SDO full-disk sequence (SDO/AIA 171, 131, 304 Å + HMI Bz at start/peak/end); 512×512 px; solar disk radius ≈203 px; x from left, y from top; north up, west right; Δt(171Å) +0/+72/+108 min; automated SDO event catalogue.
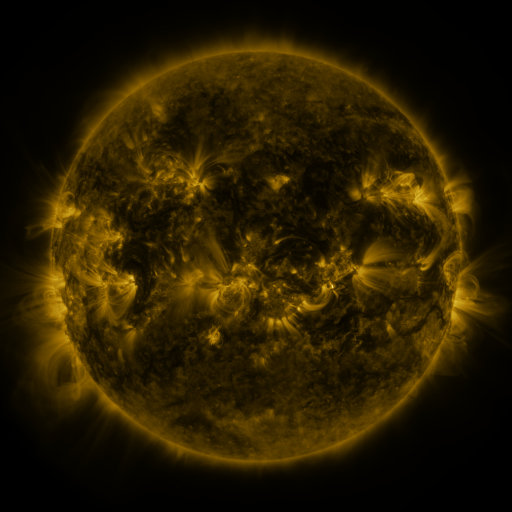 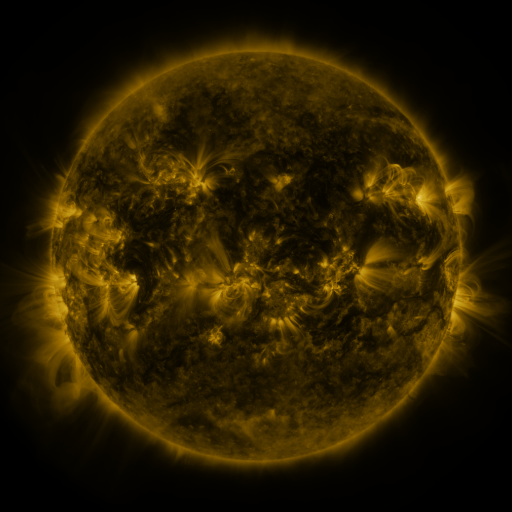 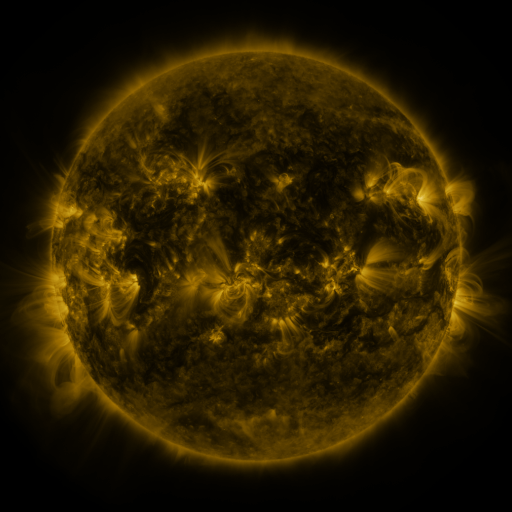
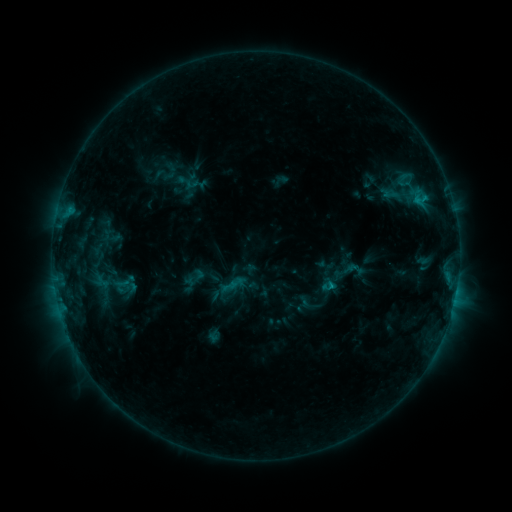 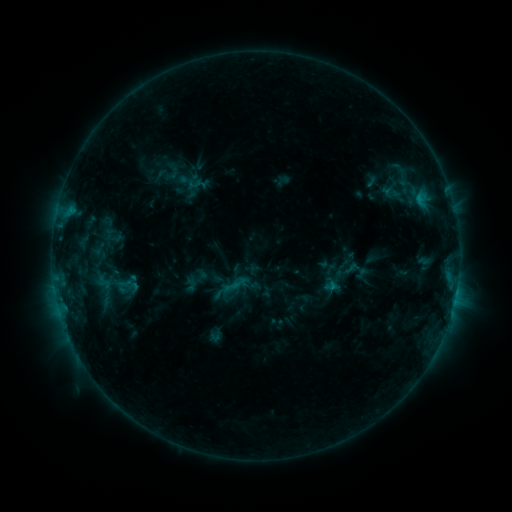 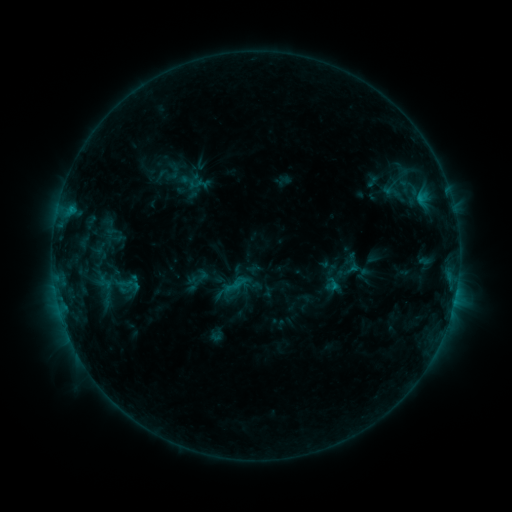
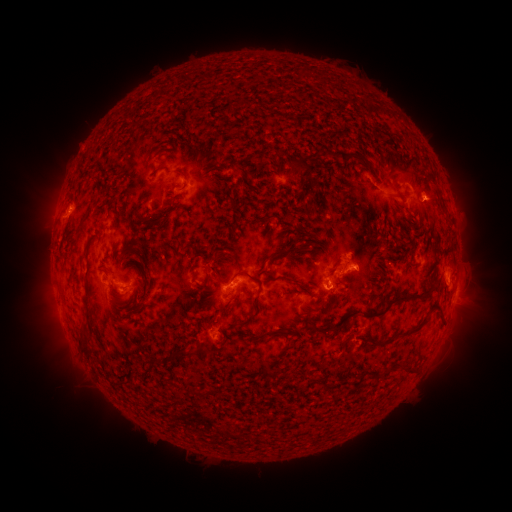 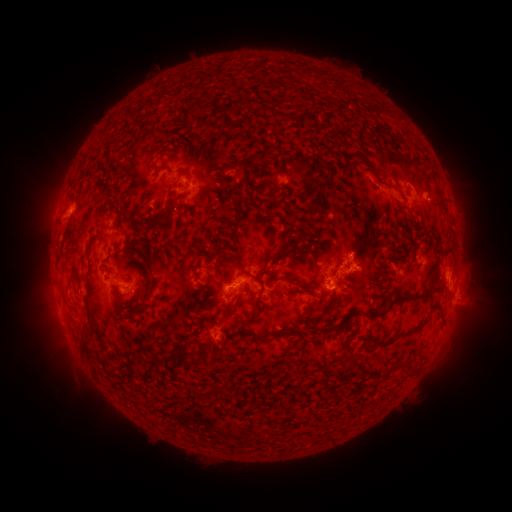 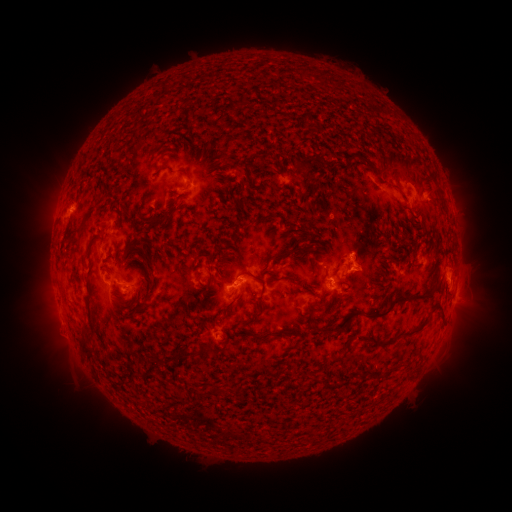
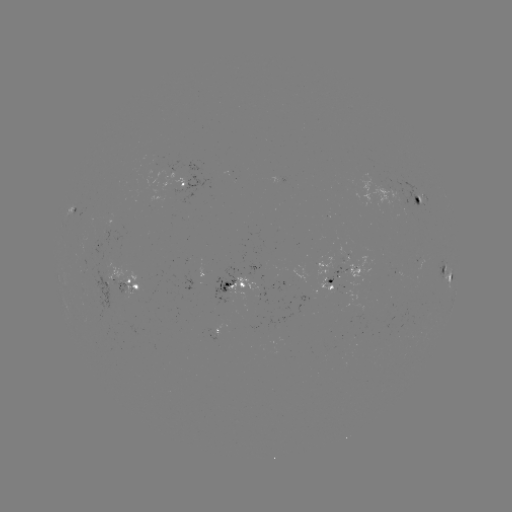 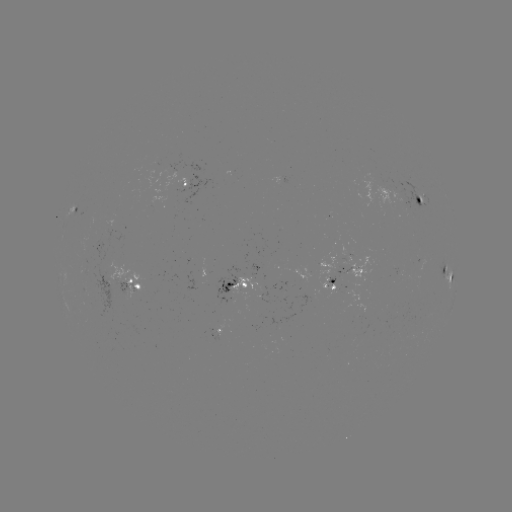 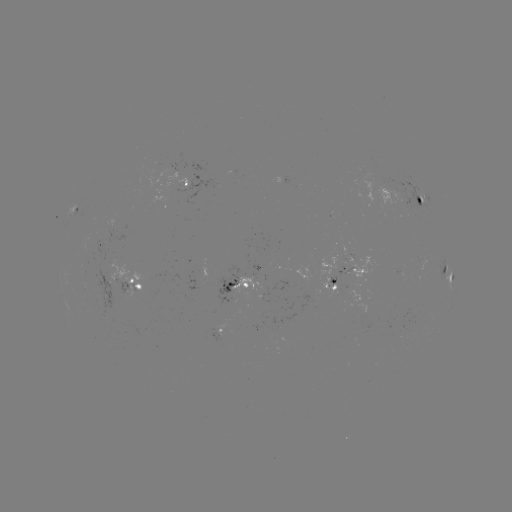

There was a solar emerging-flux region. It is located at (180, 183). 